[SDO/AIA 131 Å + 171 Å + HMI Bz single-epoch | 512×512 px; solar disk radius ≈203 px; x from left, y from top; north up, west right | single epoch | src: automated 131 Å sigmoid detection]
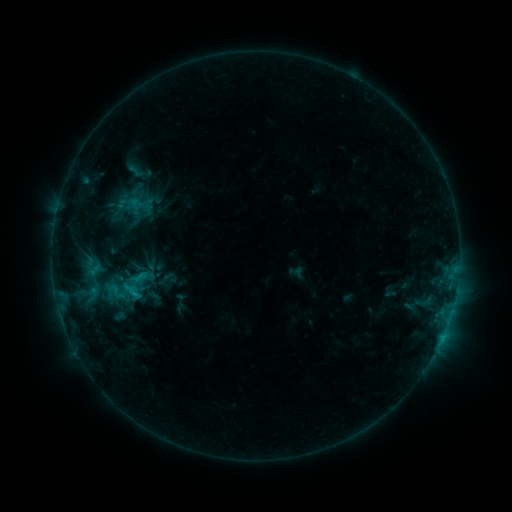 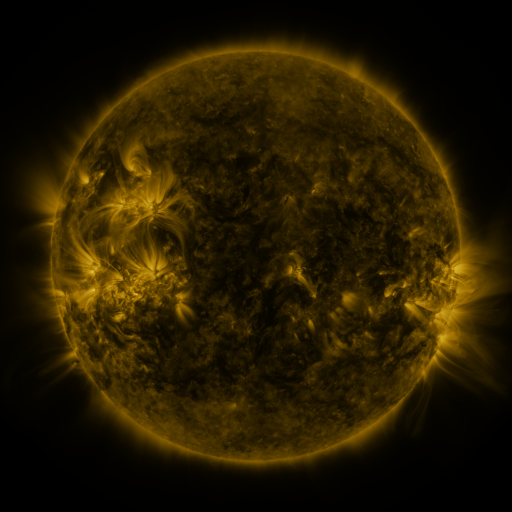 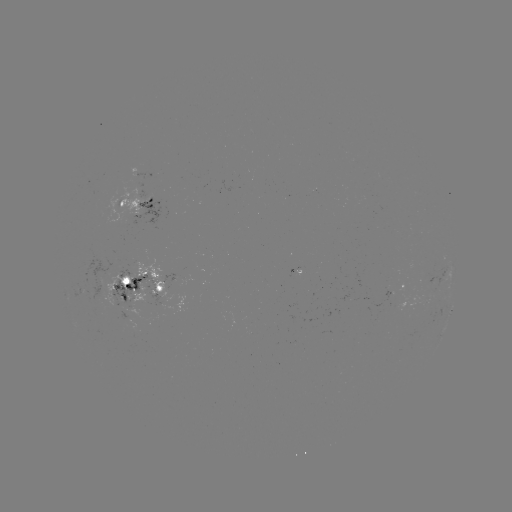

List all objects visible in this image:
sigmoid: (116, 291)
